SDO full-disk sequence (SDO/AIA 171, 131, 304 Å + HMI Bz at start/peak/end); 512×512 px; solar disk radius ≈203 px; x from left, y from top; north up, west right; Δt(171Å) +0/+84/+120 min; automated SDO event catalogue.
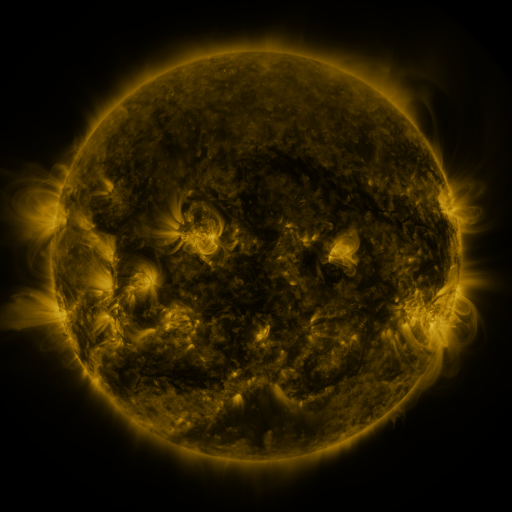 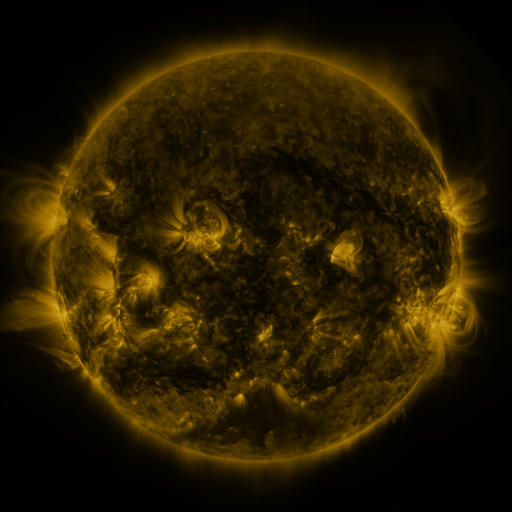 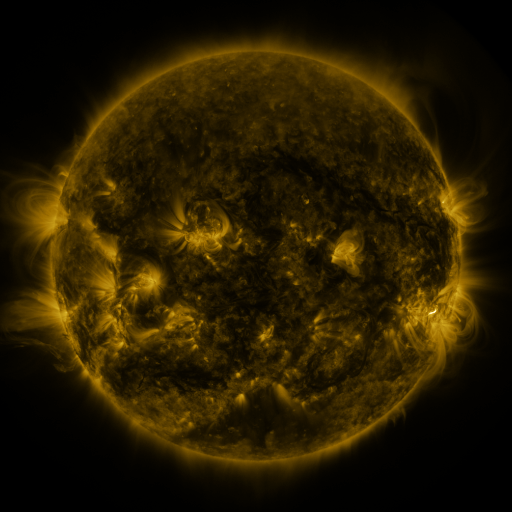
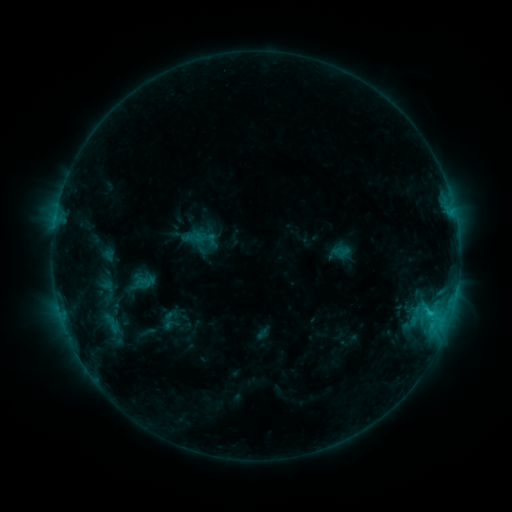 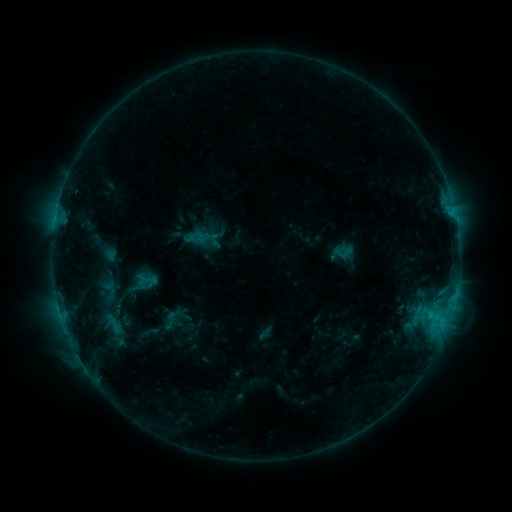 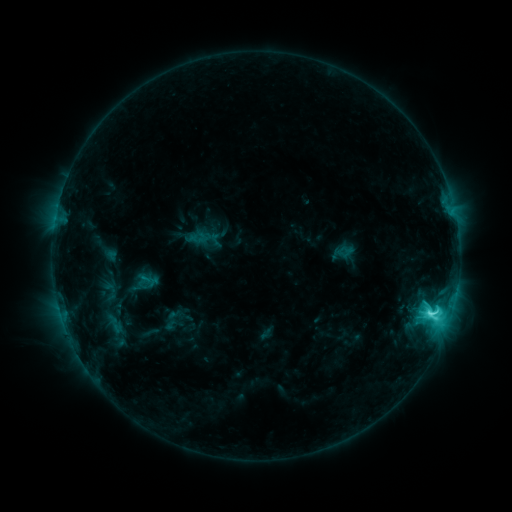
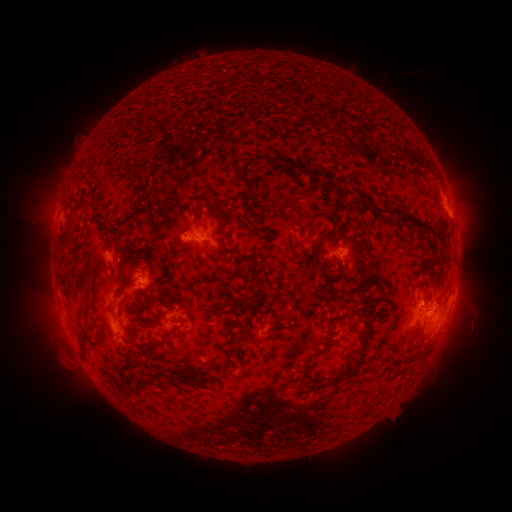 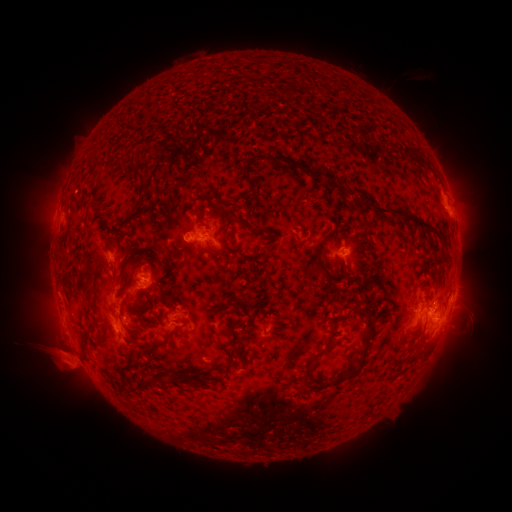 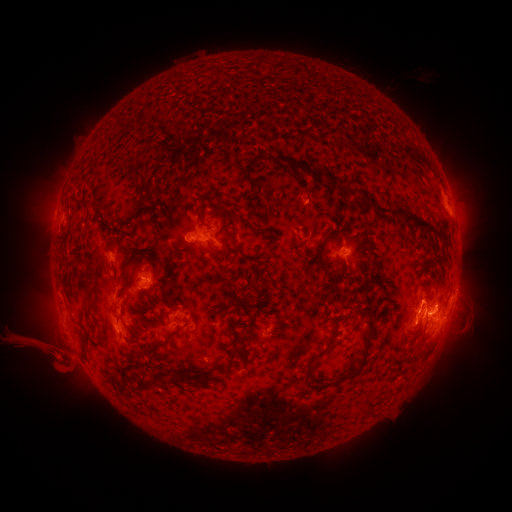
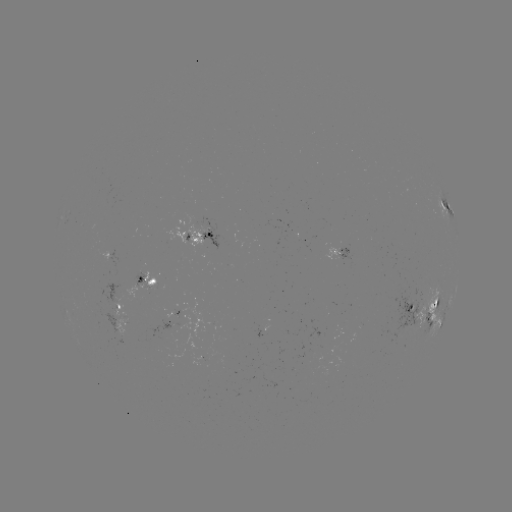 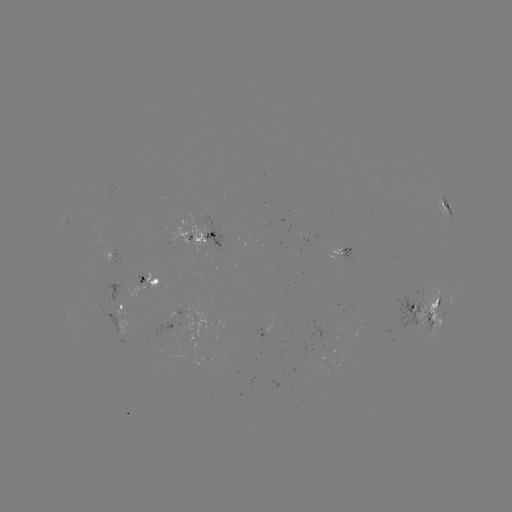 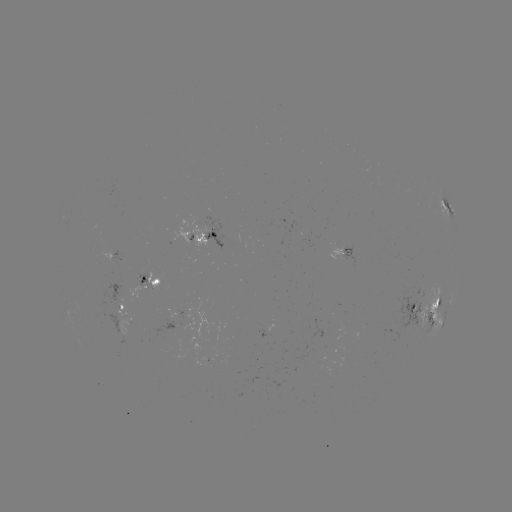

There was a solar emerging-flux region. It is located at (145, 285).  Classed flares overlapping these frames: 1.